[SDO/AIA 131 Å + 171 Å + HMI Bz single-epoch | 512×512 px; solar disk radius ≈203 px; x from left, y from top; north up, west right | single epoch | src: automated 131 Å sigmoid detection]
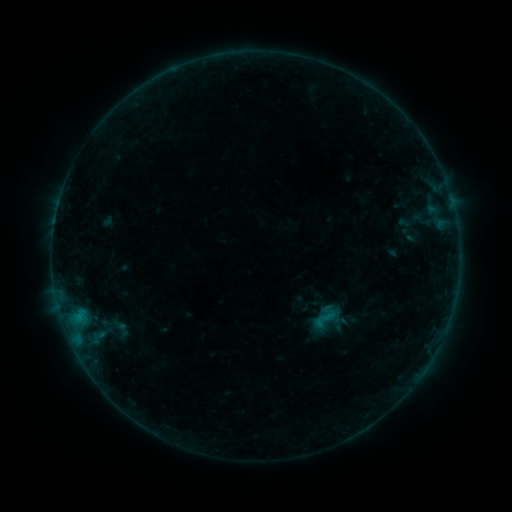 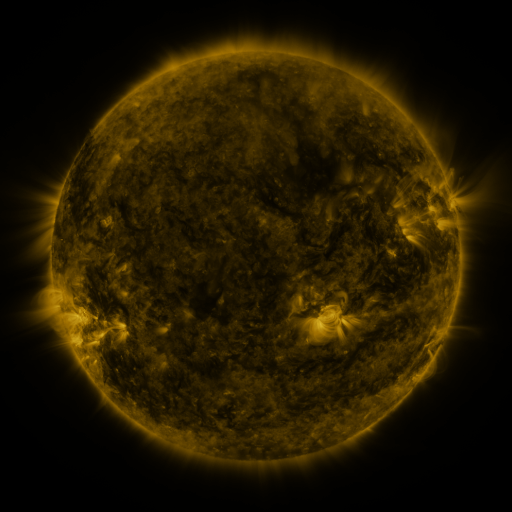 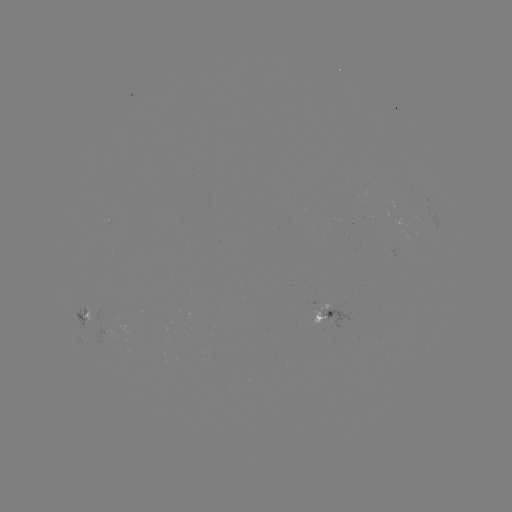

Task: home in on sigmoid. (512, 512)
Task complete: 324,319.